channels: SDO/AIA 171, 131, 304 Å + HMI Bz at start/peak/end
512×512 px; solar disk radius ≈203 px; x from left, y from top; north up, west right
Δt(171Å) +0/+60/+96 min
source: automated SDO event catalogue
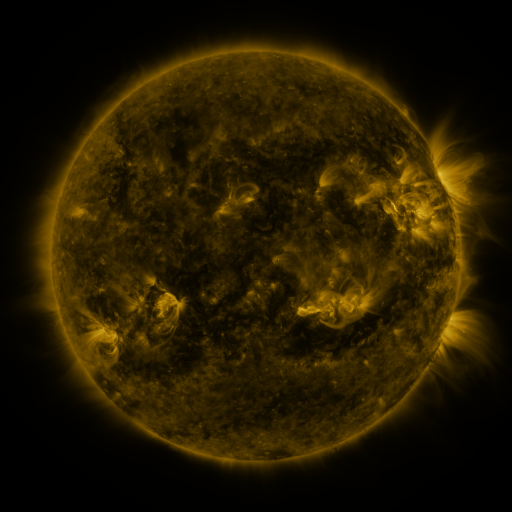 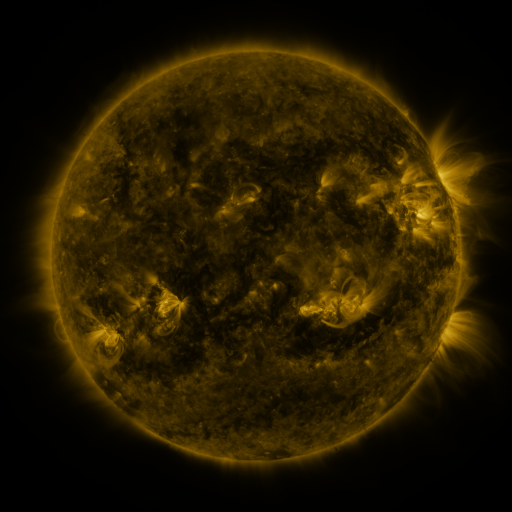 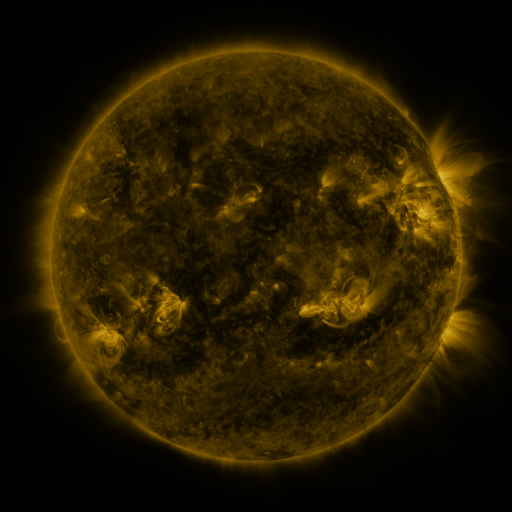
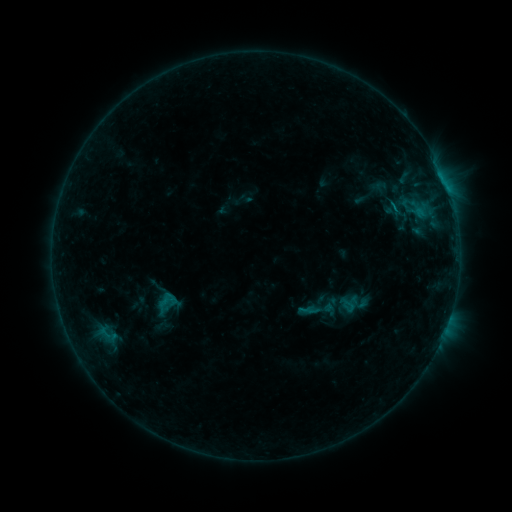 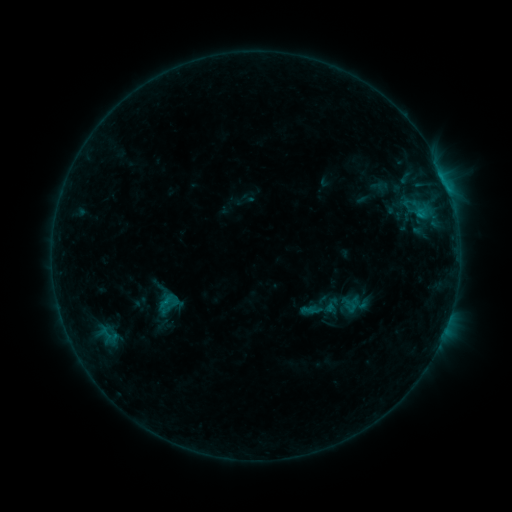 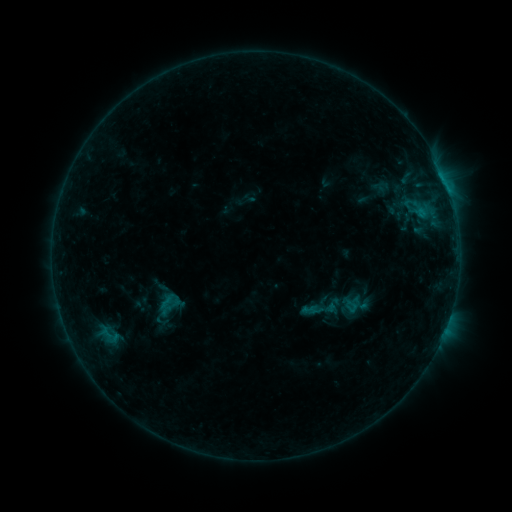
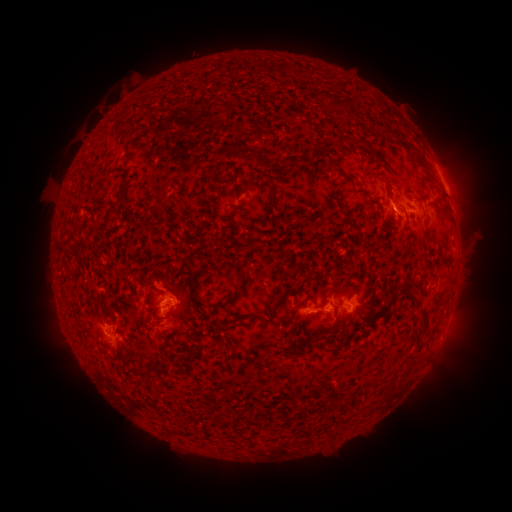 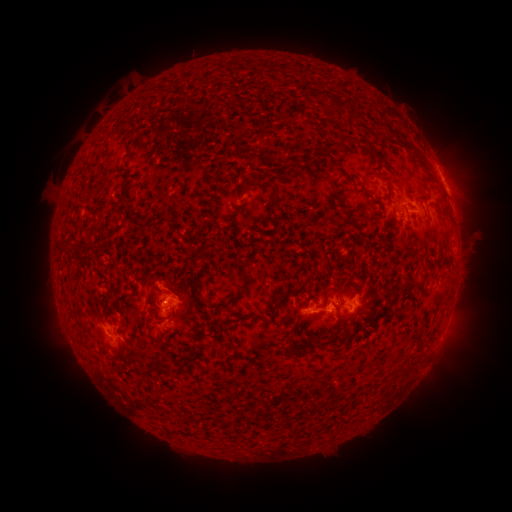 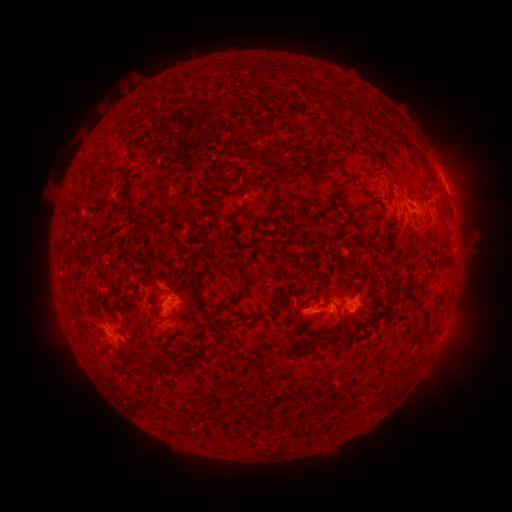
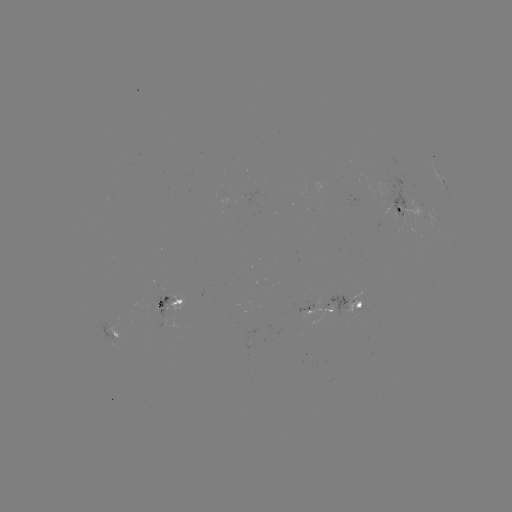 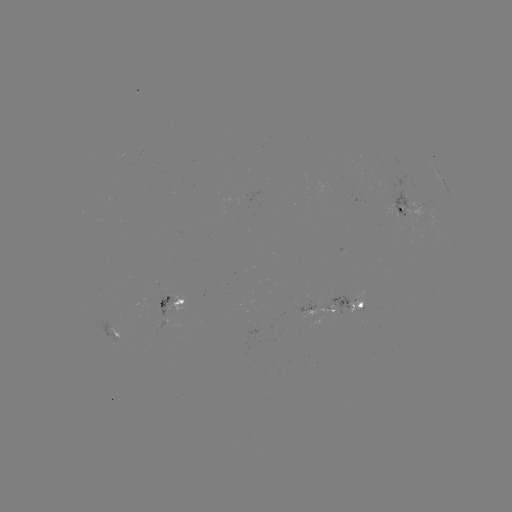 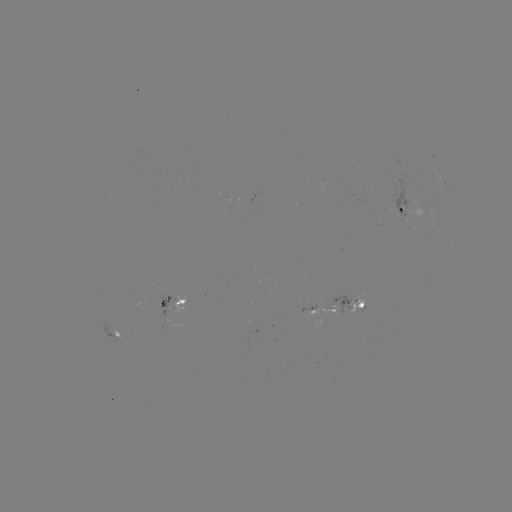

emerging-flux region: <bbox>148, 282, 176, 316</bbox>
